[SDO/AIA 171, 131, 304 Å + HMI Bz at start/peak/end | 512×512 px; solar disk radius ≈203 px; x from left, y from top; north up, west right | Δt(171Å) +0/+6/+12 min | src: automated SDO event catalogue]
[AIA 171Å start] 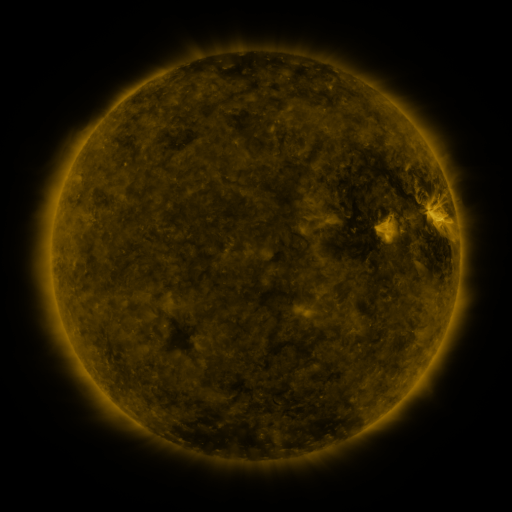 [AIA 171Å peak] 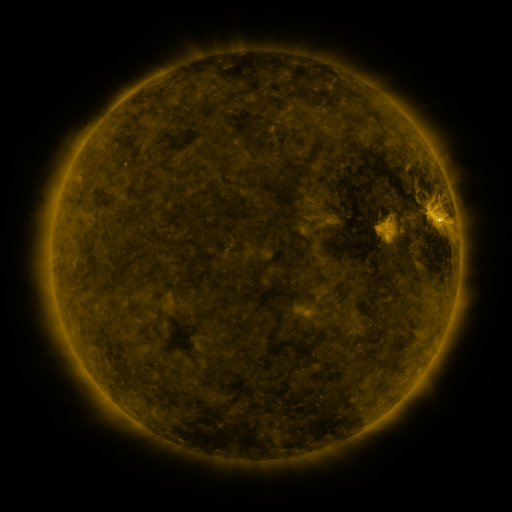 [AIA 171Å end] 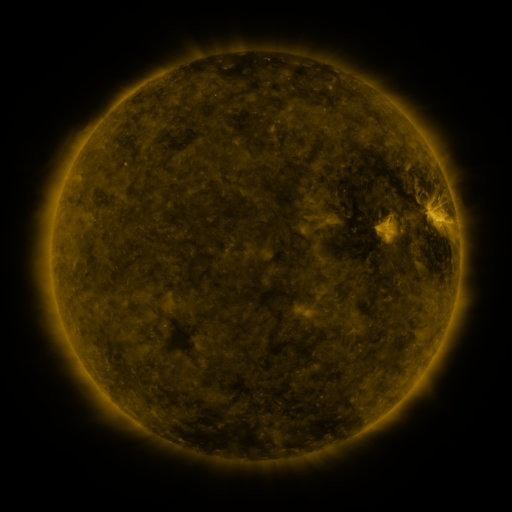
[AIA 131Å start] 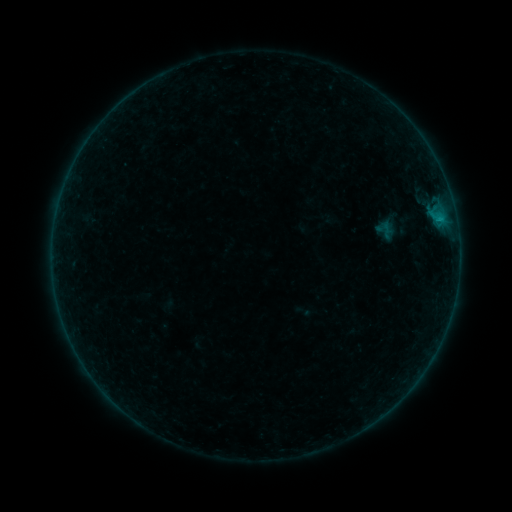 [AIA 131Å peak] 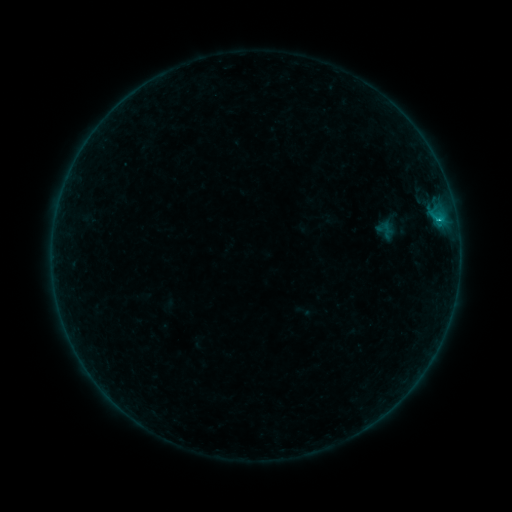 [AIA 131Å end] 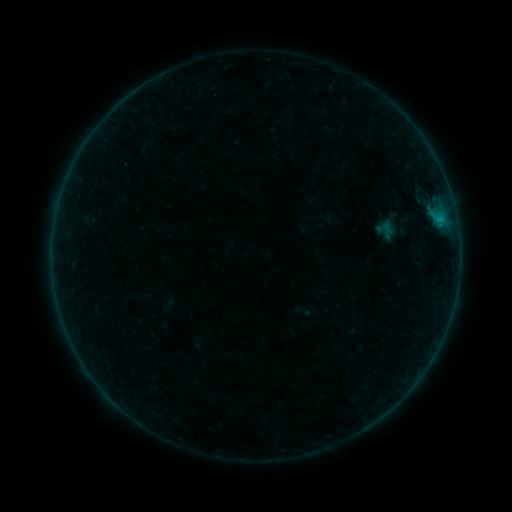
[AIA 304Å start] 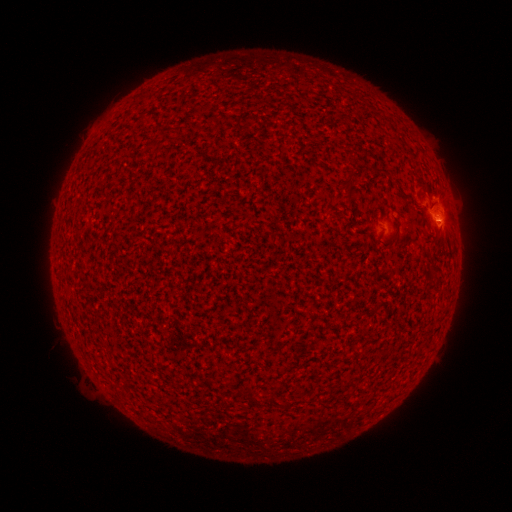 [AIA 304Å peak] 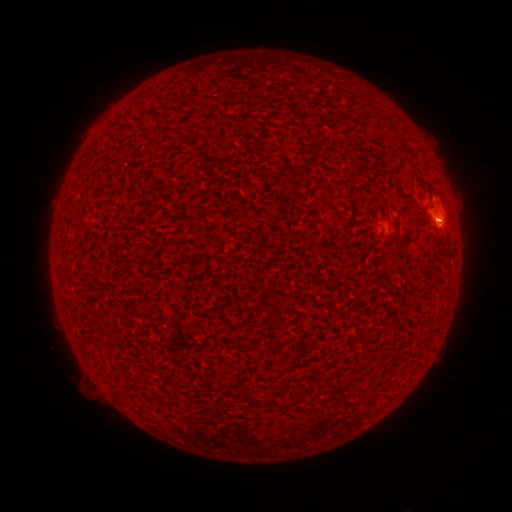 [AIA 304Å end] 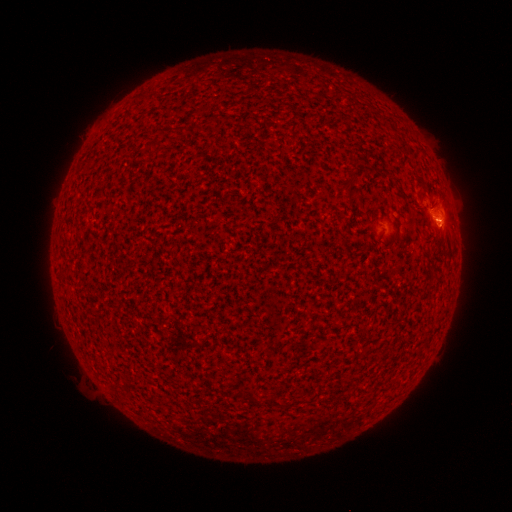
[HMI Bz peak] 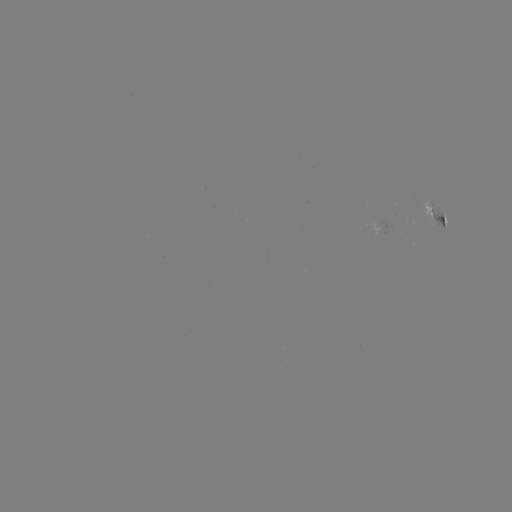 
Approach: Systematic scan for B2.5 flare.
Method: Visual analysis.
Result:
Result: B2.5 flare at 437,220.